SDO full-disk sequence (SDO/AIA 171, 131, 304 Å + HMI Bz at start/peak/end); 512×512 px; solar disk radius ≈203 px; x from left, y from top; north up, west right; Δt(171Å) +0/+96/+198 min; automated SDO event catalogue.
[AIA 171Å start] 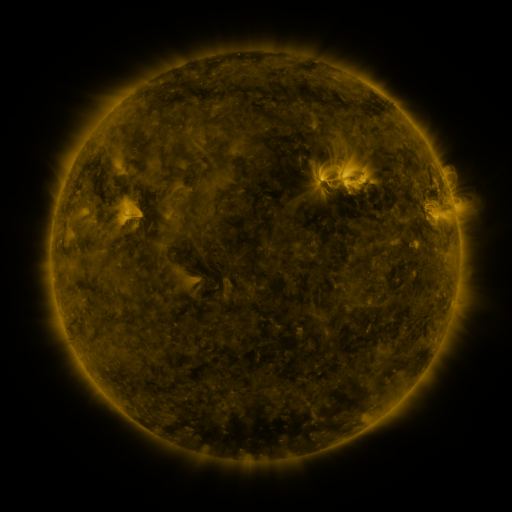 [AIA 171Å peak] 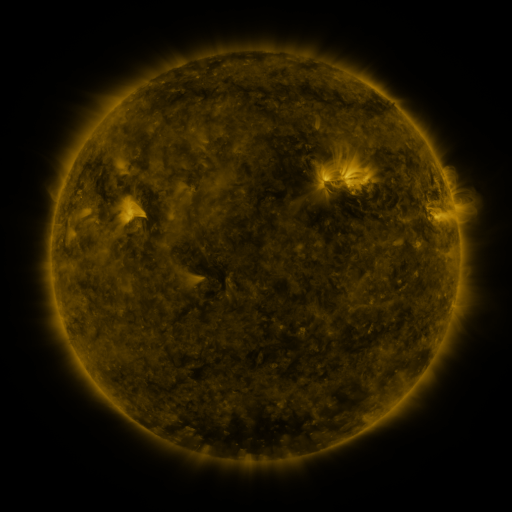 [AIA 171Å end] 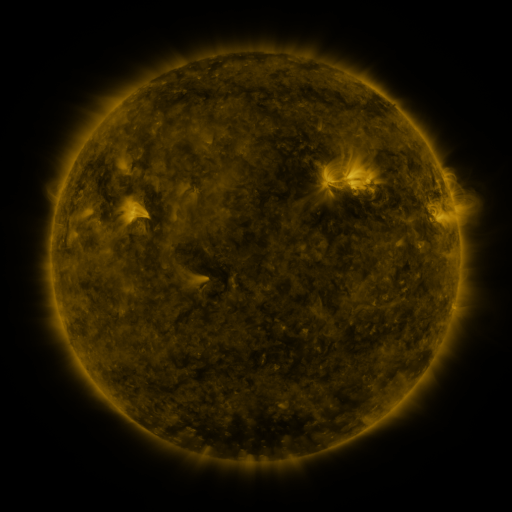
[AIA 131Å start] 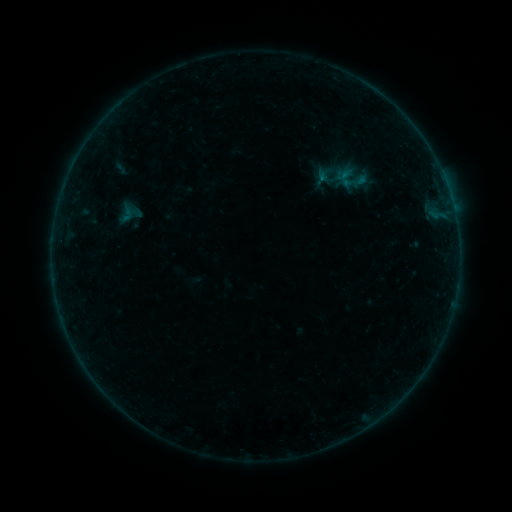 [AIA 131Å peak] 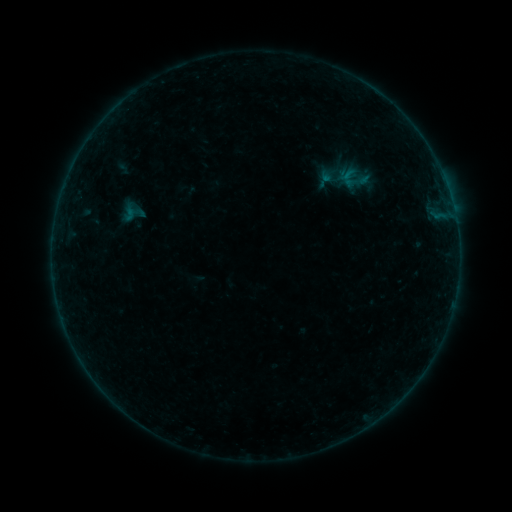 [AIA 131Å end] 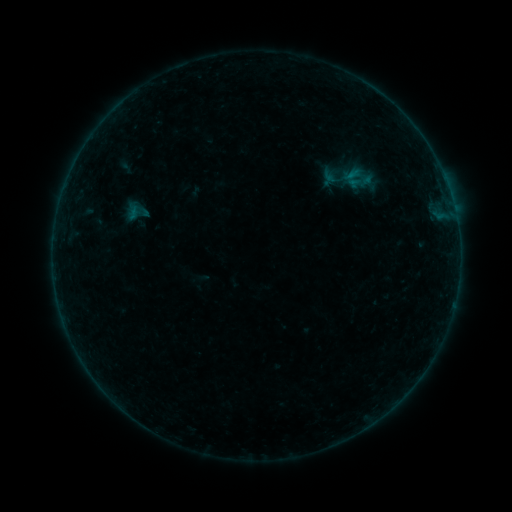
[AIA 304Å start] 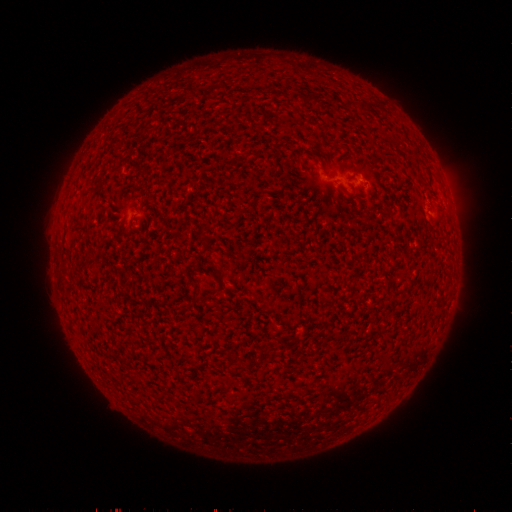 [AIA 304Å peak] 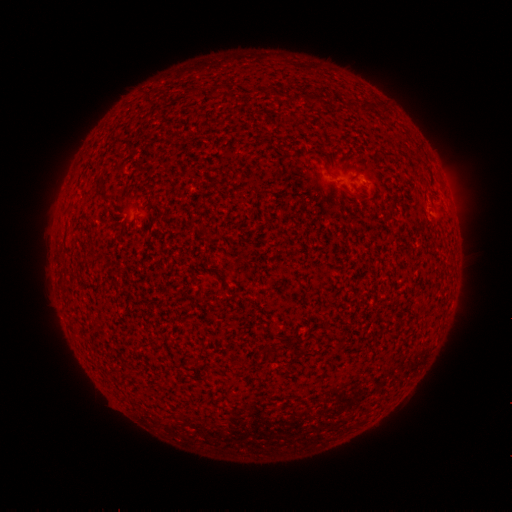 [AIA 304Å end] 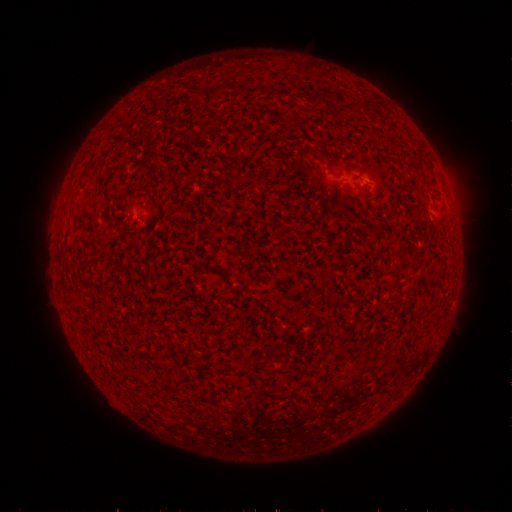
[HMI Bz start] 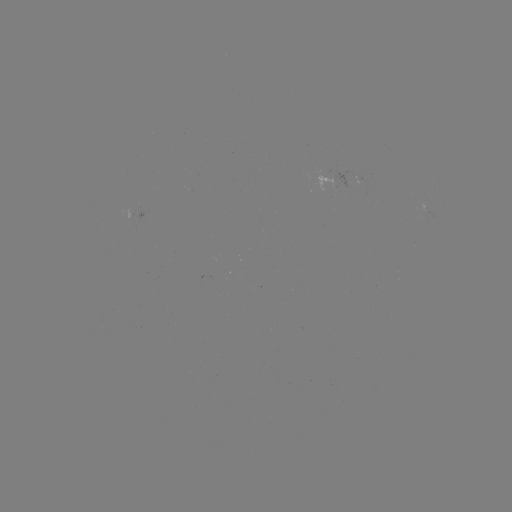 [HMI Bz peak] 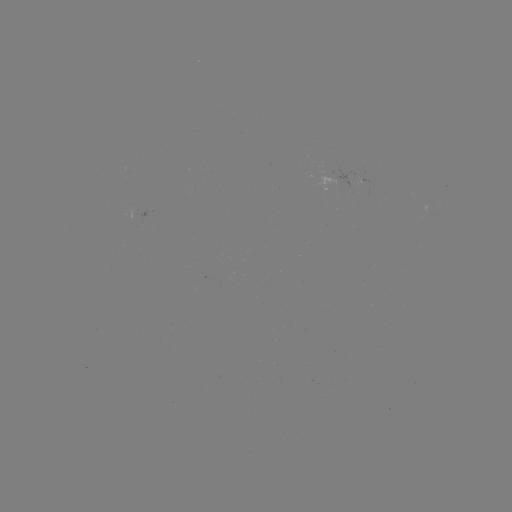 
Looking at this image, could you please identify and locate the emerging-flux region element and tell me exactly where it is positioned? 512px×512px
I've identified emerging-flux region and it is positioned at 332,184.